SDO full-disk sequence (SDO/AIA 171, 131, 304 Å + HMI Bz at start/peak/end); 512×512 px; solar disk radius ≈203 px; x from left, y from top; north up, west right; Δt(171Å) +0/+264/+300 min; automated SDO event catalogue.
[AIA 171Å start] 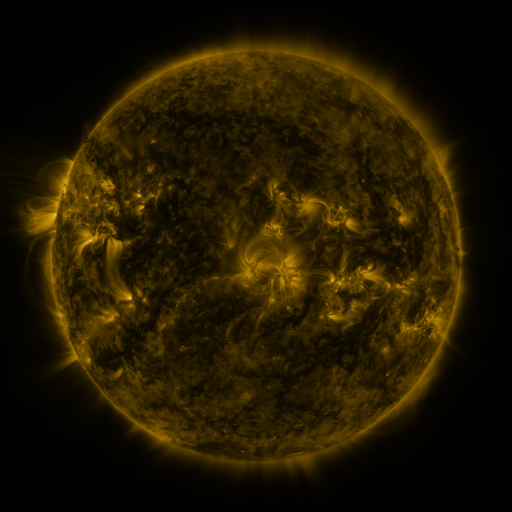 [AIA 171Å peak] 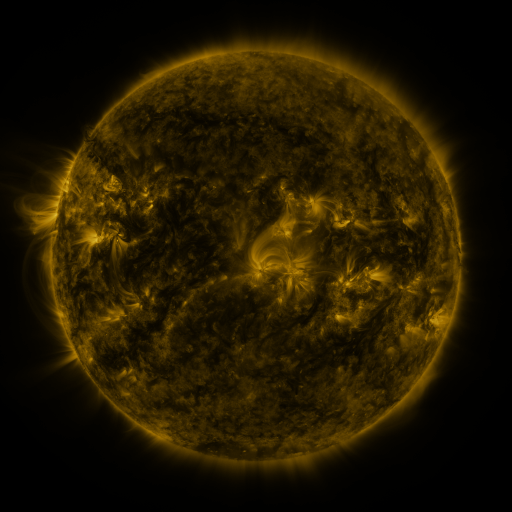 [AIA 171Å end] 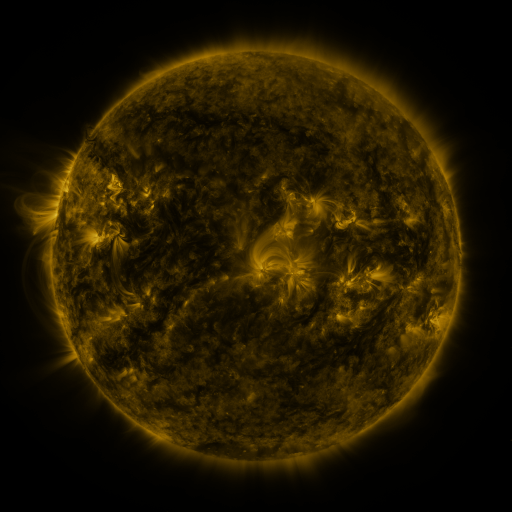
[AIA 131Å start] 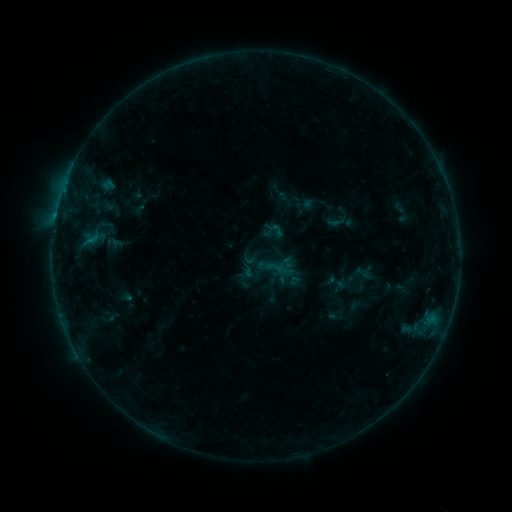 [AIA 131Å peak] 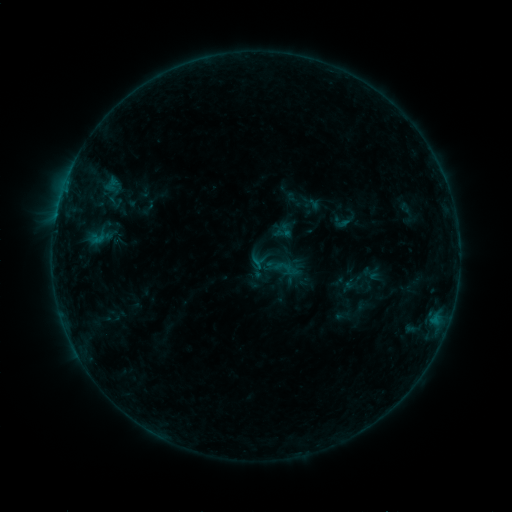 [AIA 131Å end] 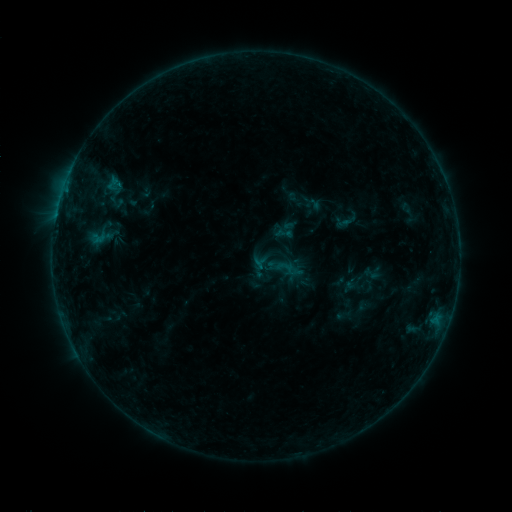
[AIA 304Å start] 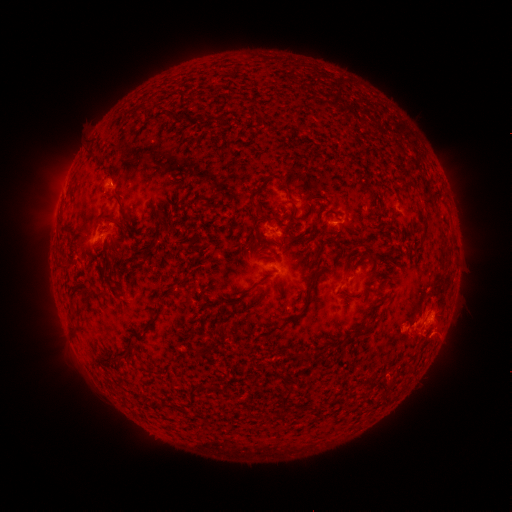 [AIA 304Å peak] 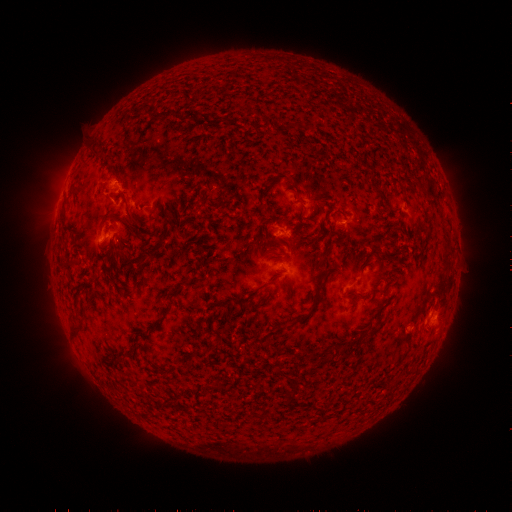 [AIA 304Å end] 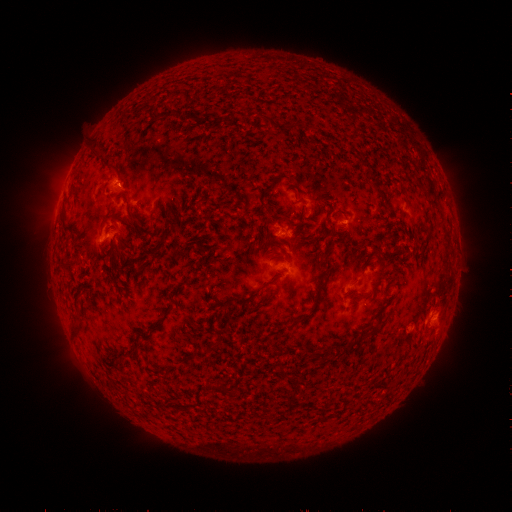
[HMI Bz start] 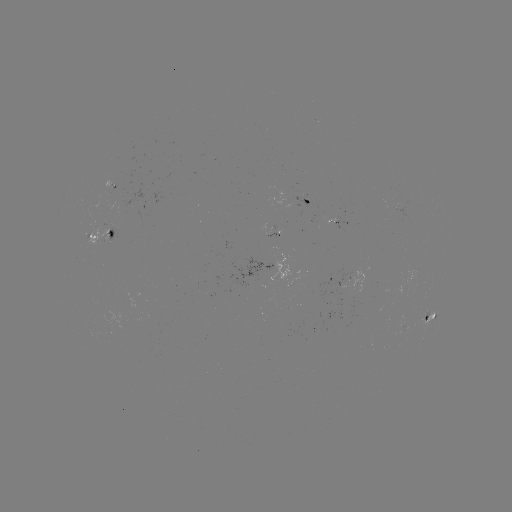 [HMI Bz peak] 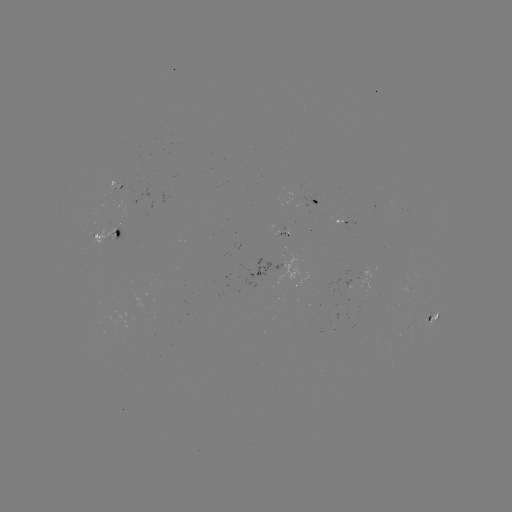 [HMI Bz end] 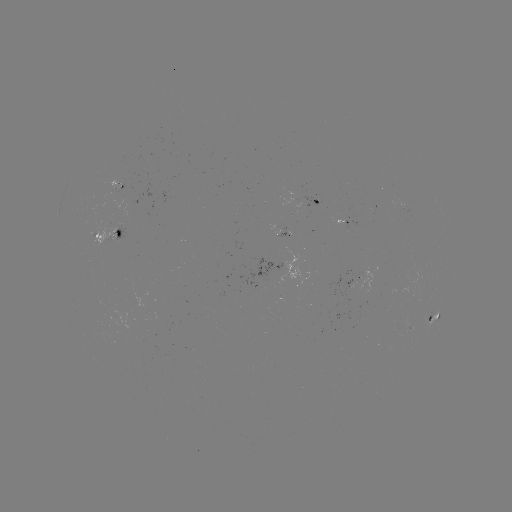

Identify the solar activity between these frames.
emerging-flux region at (343, 220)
